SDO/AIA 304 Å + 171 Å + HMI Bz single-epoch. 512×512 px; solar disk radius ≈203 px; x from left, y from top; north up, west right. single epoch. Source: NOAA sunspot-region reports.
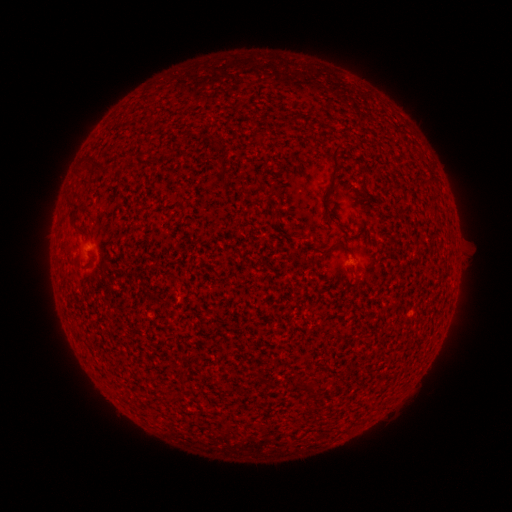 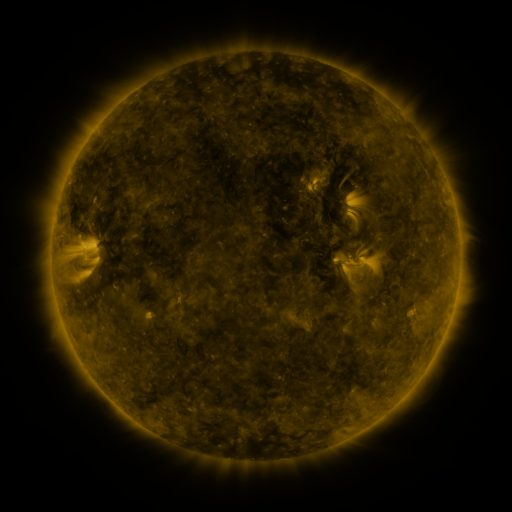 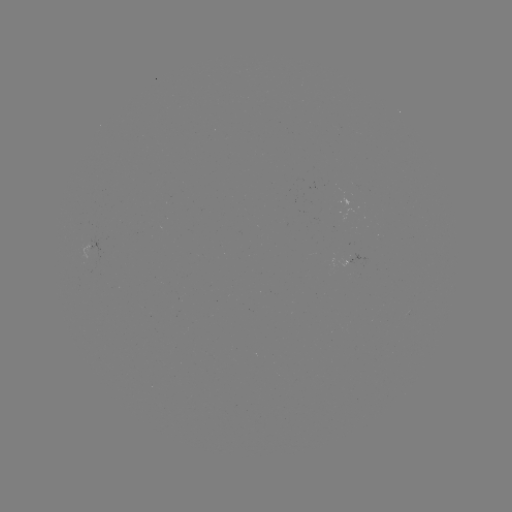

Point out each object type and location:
spotted active region: (351, 262)
